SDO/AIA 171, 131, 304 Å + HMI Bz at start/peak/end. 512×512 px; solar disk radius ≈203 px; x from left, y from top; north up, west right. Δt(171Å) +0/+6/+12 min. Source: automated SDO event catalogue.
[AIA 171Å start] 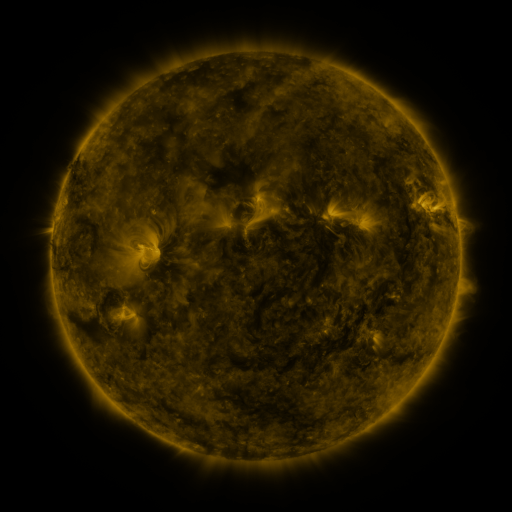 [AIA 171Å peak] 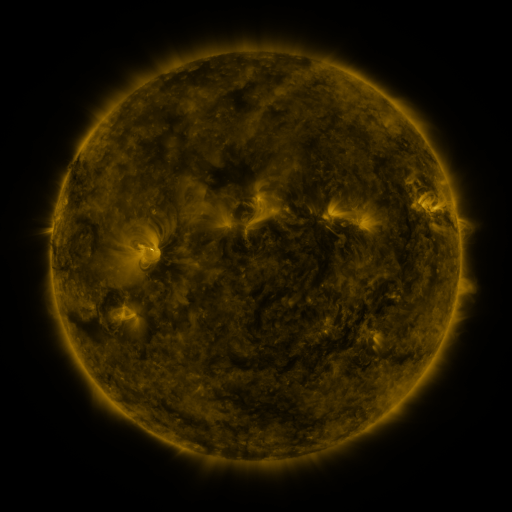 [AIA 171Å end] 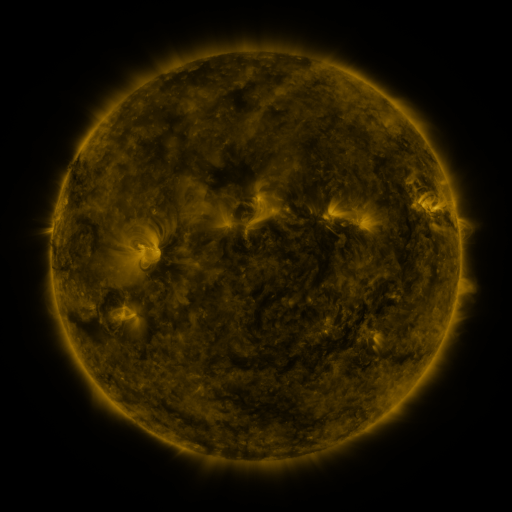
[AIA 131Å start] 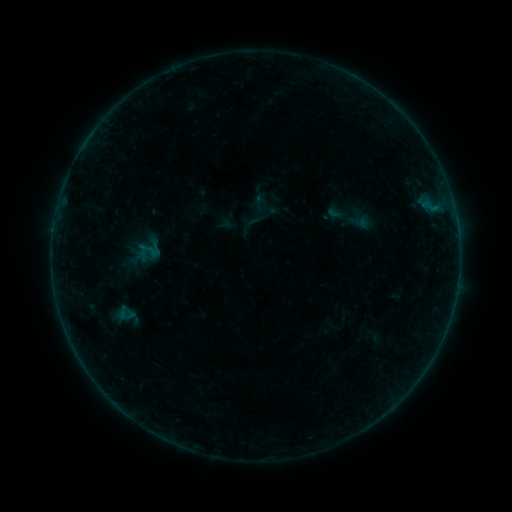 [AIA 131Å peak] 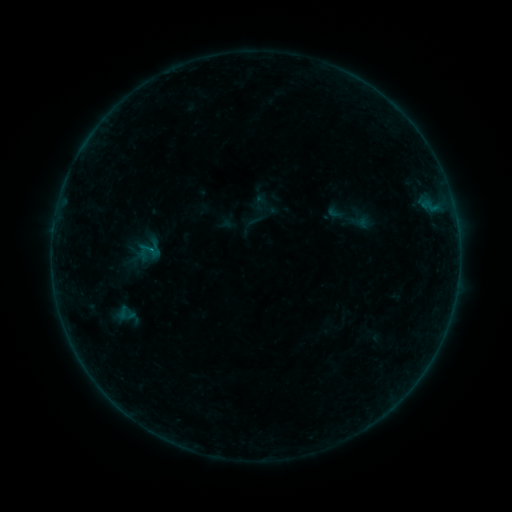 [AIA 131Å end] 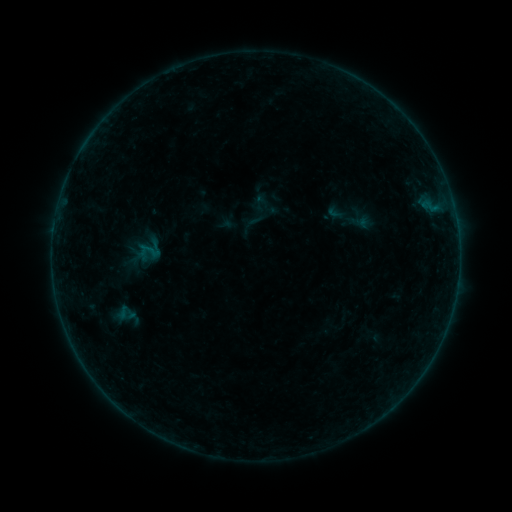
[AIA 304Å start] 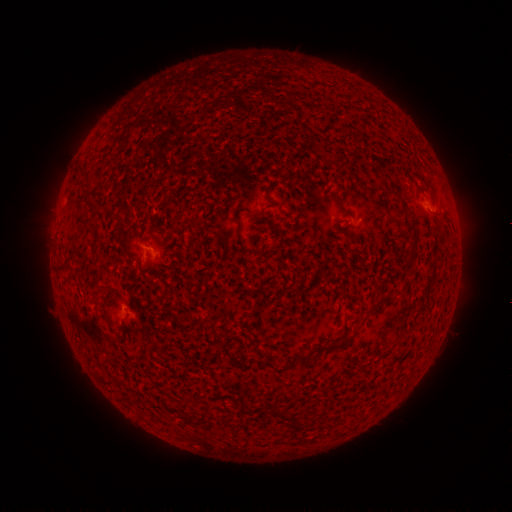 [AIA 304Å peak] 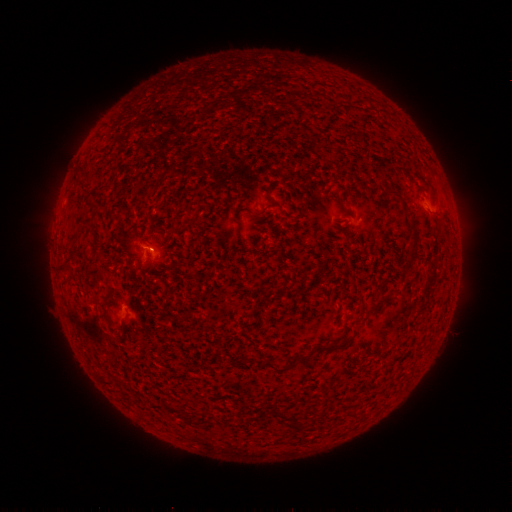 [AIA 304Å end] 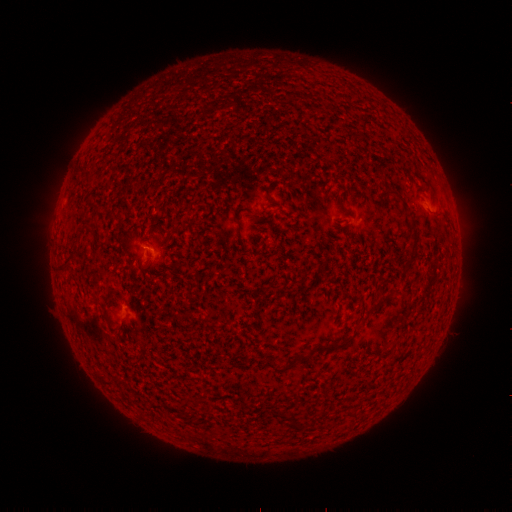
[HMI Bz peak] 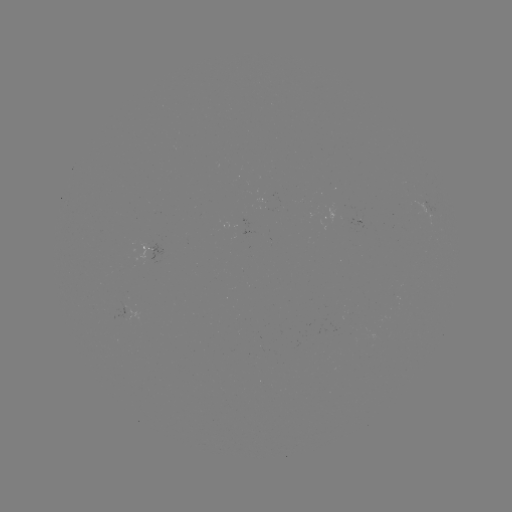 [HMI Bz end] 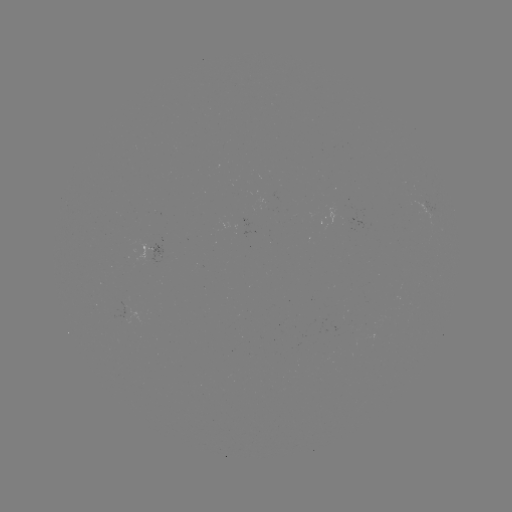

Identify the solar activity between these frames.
B1.1 flare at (148, 252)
